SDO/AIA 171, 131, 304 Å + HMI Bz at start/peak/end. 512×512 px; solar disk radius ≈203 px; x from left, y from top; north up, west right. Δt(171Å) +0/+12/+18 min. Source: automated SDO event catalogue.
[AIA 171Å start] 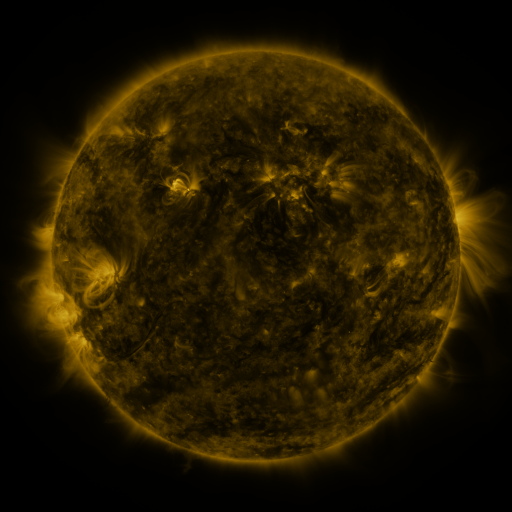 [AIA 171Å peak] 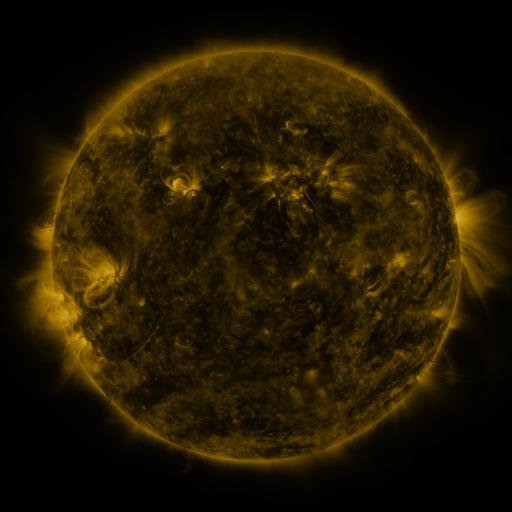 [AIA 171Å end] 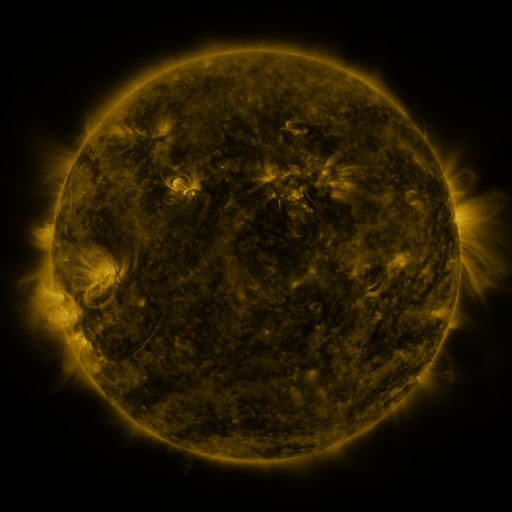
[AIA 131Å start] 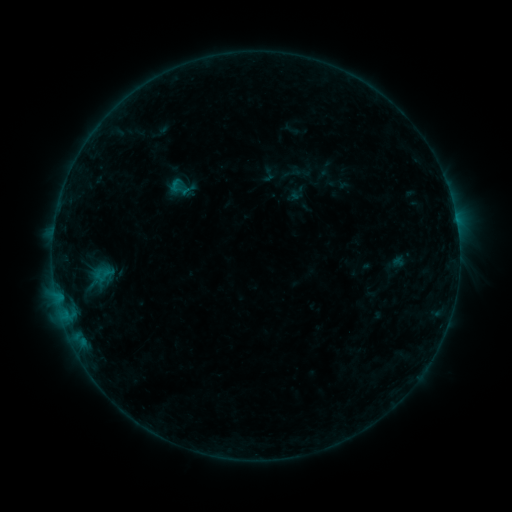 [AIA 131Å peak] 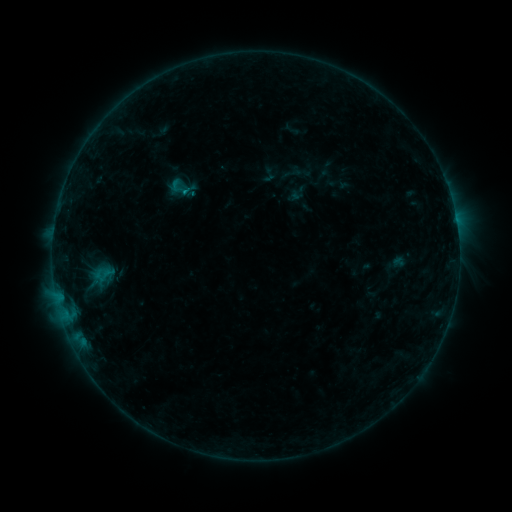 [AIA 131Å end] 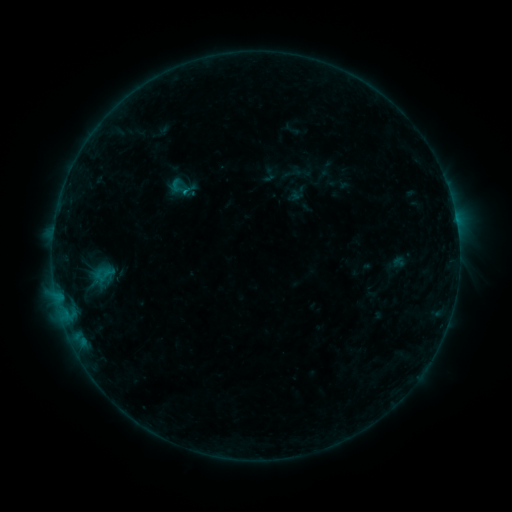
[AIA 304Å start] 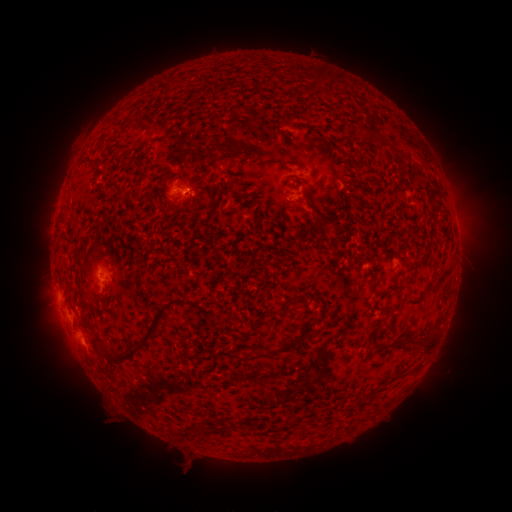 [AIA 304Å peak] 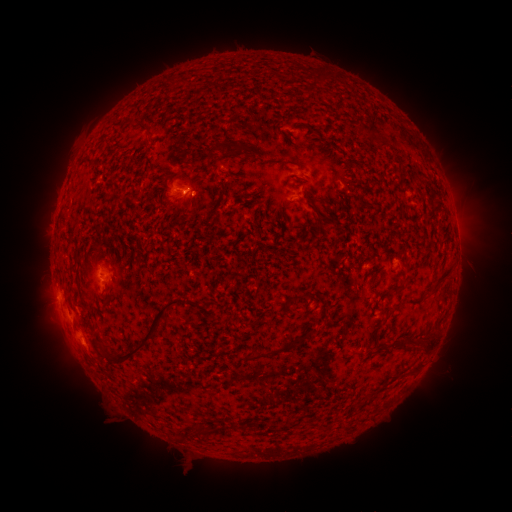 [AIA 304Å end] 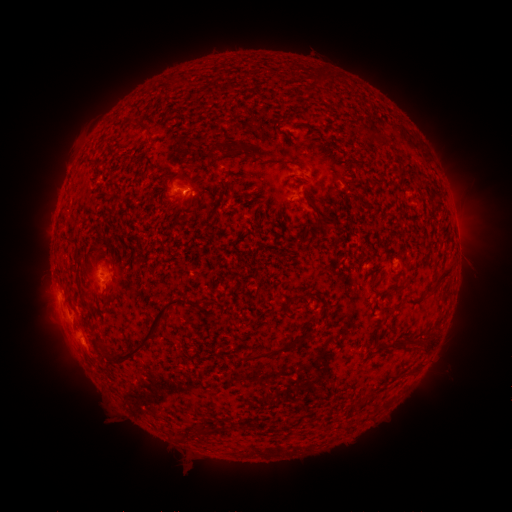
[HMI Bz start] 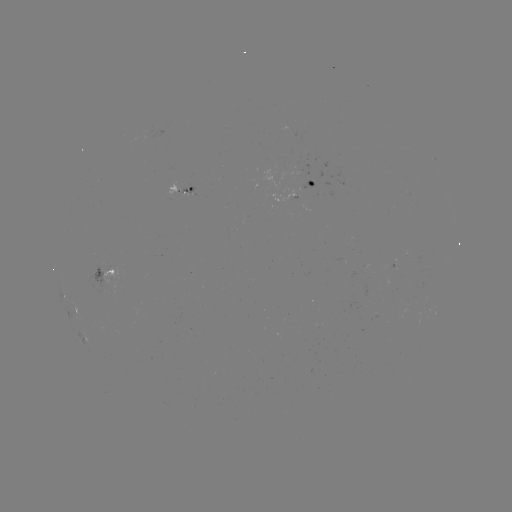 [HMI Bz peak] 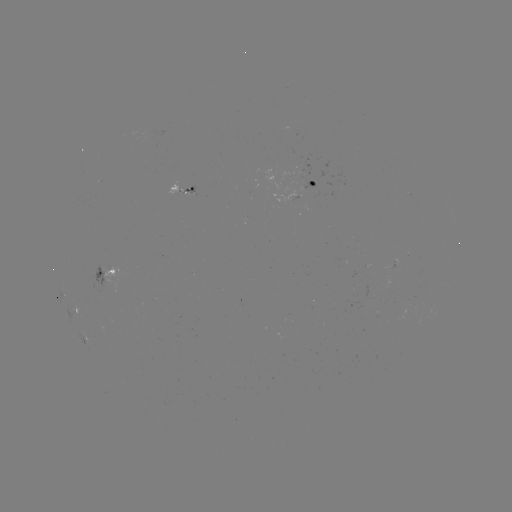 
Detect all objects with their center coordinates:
B3.7 flare: (187, 194)
